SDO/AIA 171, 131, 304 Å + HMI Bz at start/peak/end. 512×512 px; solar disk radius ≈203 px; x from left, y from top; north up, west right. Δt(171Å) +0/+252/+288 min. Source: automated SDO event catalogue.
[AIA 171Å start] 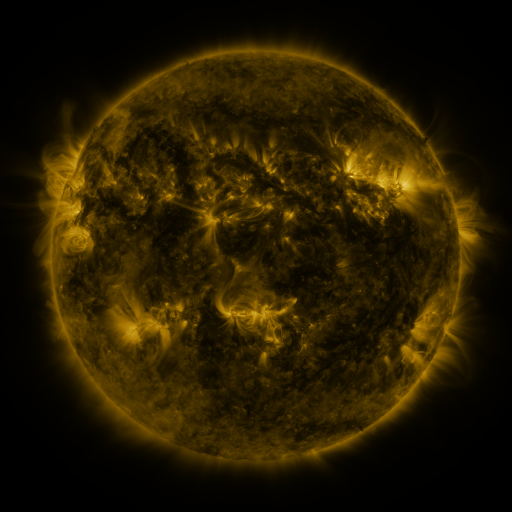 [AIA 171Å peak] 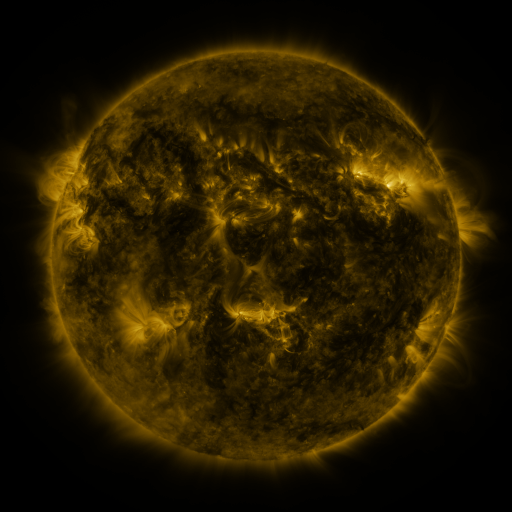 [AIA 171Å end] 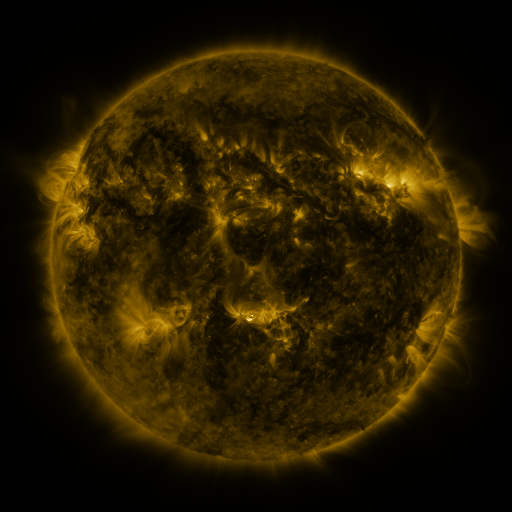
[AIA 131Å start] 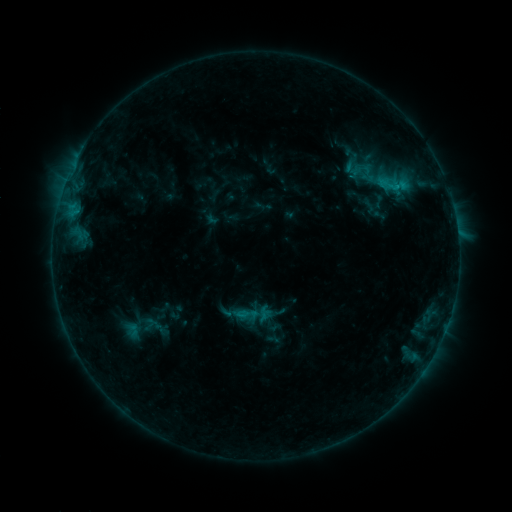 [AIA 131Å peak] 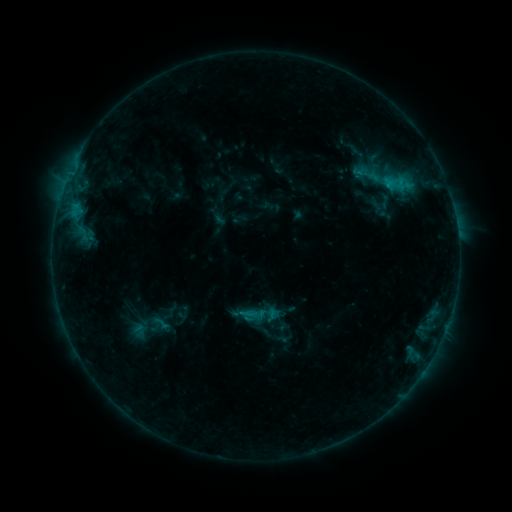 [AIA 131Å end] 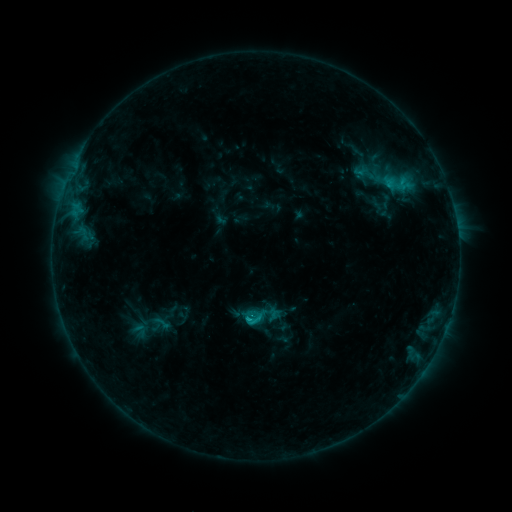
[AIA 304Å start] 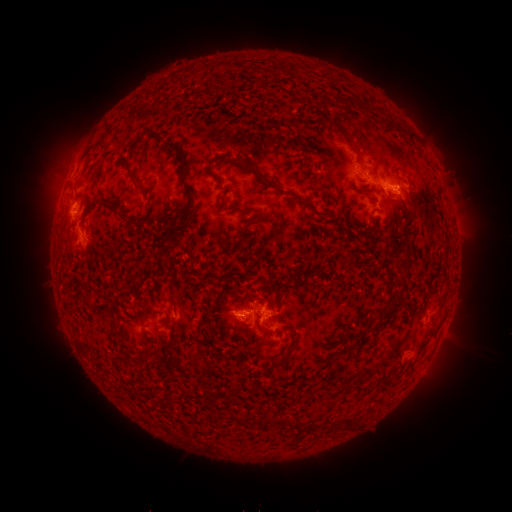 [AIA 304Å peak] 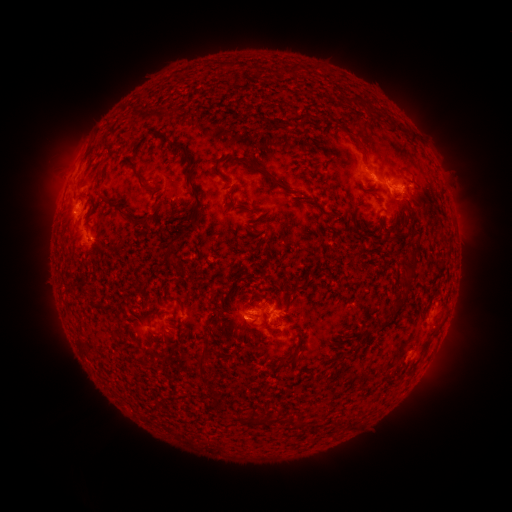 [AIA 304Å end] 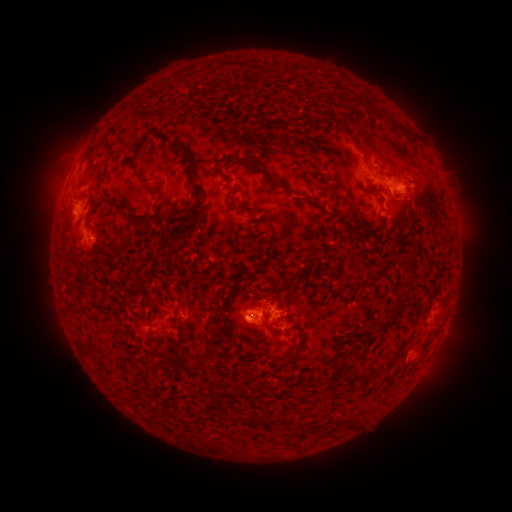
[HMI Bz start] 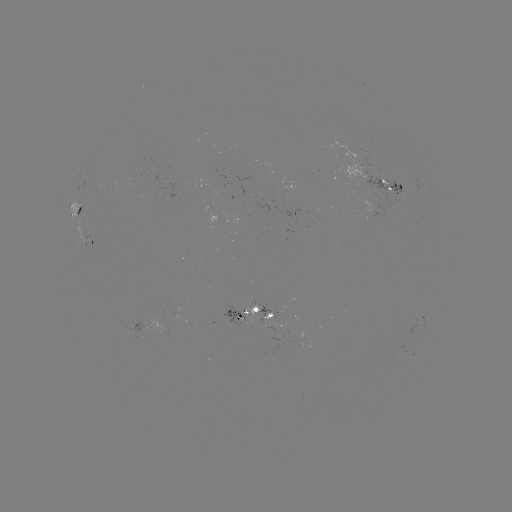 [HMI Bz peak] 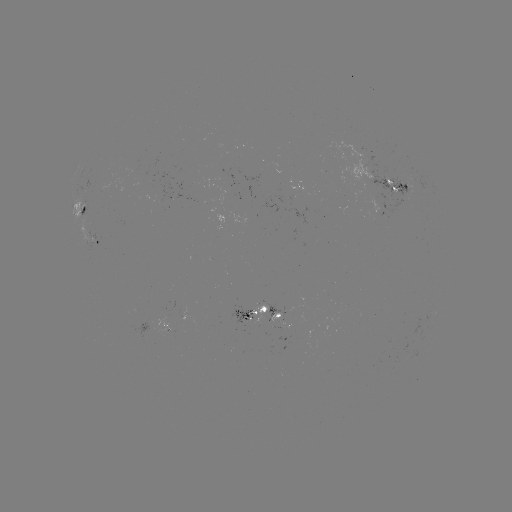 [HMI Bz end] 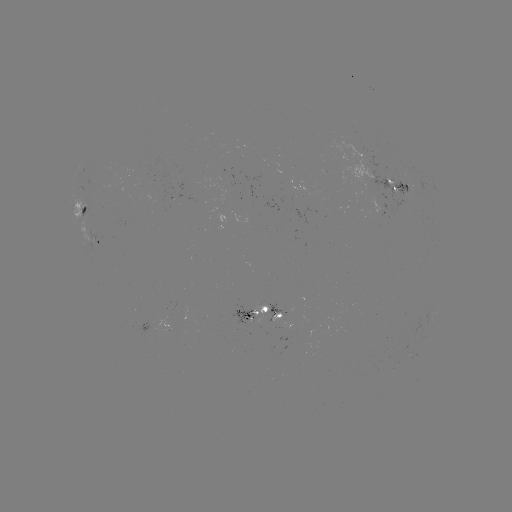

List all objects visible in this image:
emerging-flux region: (264, 308)
